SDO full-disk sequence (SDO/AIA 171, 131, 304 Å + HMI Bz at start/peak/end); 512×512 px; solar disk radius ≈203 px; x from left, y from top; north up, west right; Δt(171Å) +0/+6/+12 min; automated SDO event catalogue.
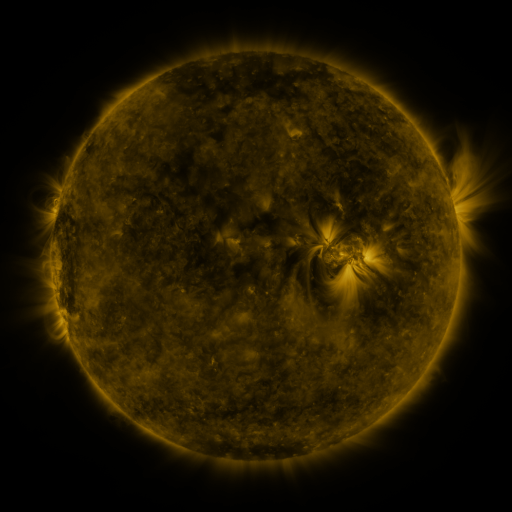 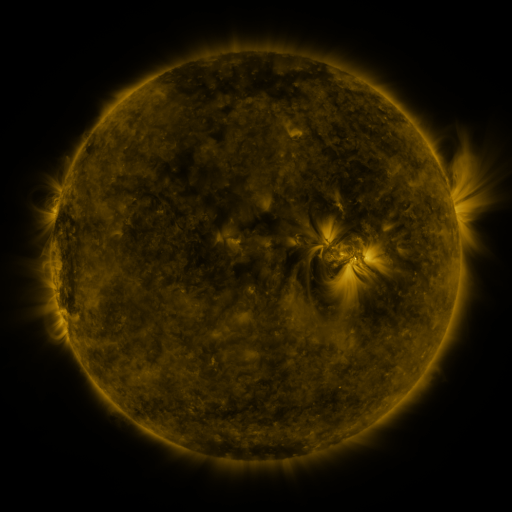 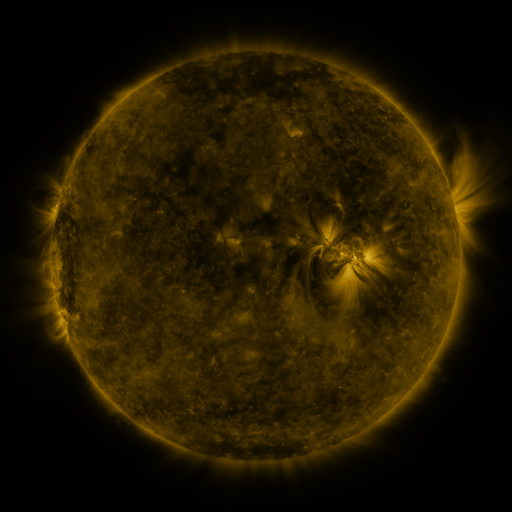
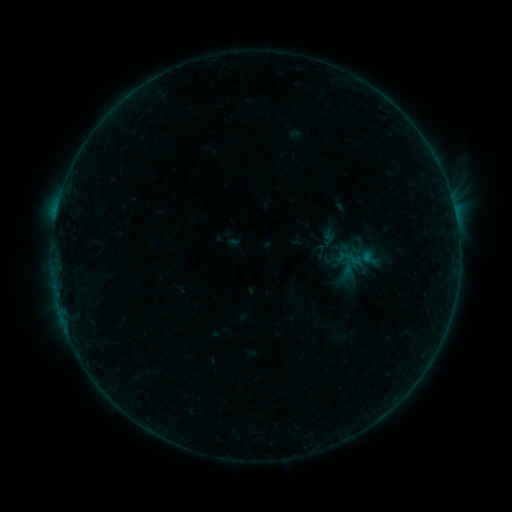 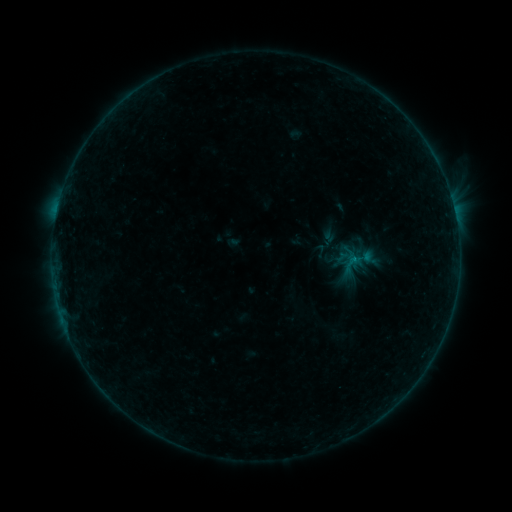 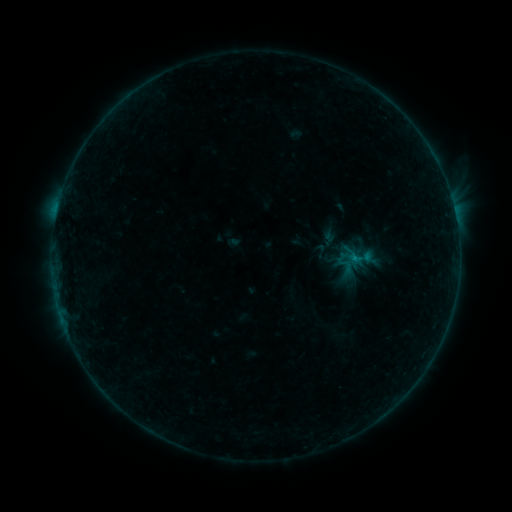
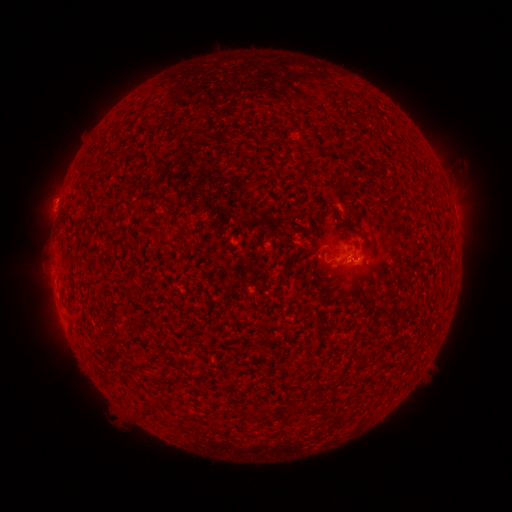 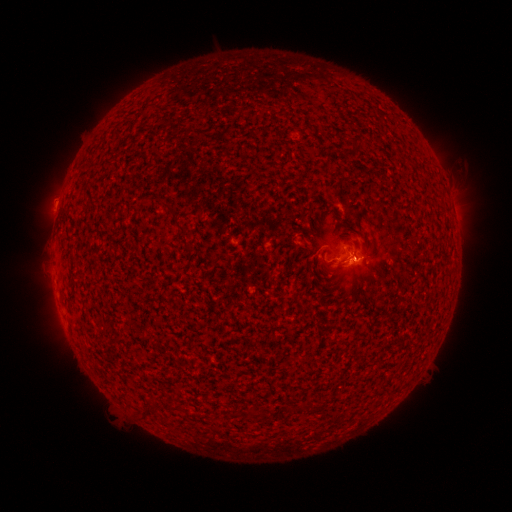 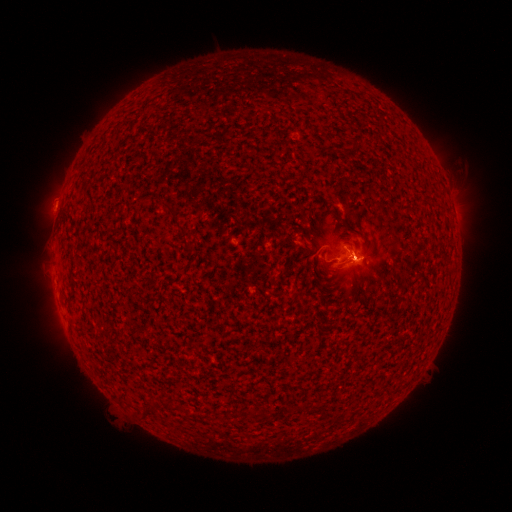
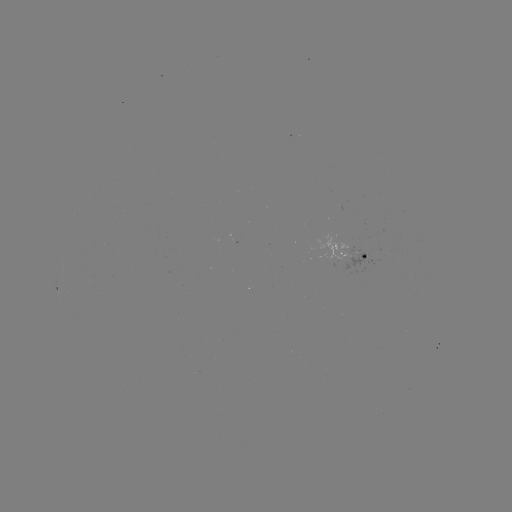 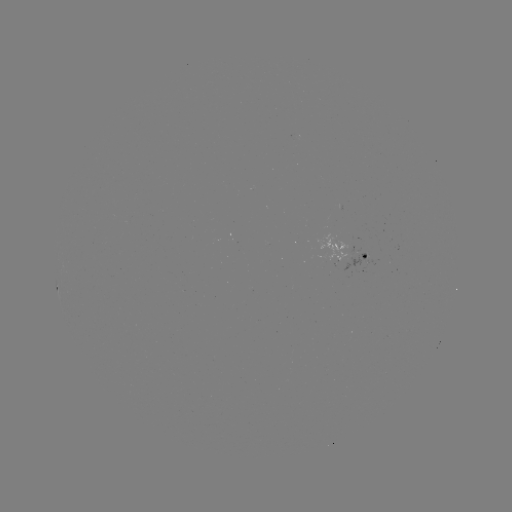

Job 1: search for eruption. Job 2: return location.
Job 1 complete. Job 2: [357, 248].